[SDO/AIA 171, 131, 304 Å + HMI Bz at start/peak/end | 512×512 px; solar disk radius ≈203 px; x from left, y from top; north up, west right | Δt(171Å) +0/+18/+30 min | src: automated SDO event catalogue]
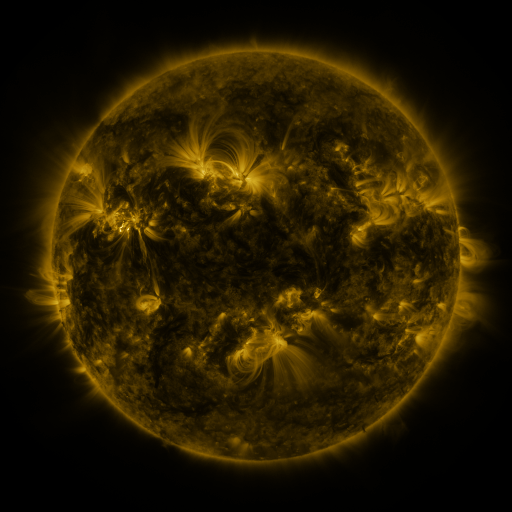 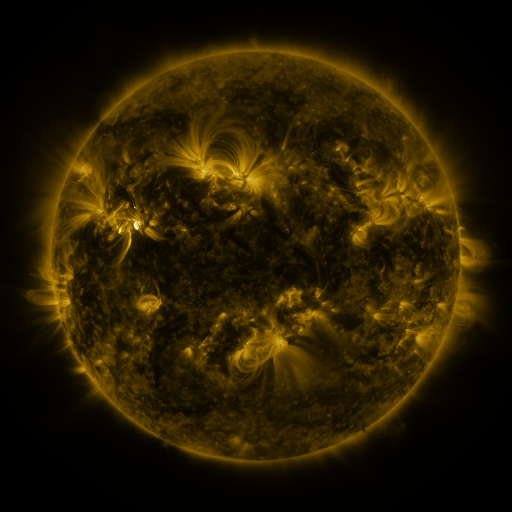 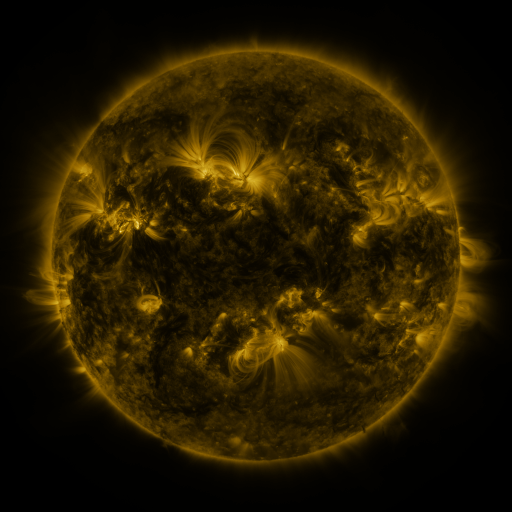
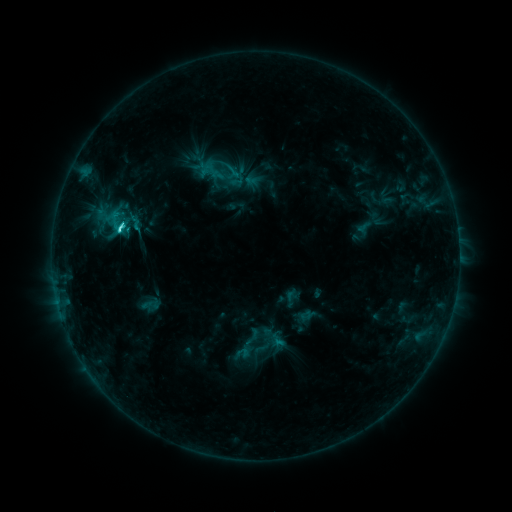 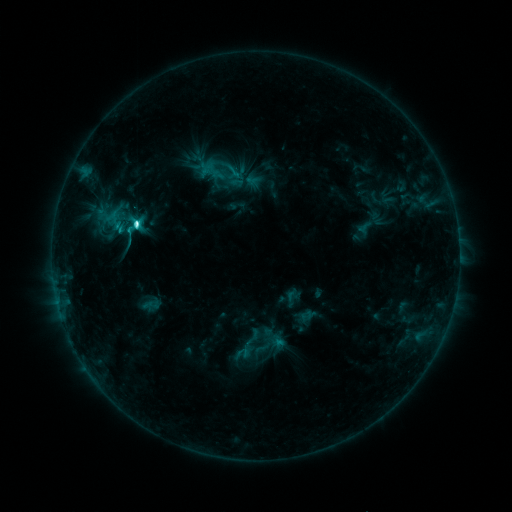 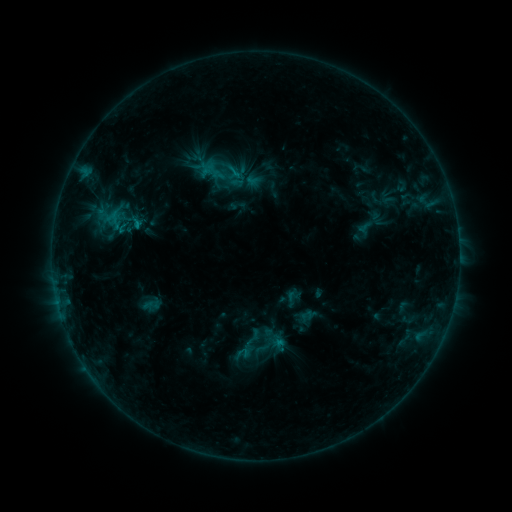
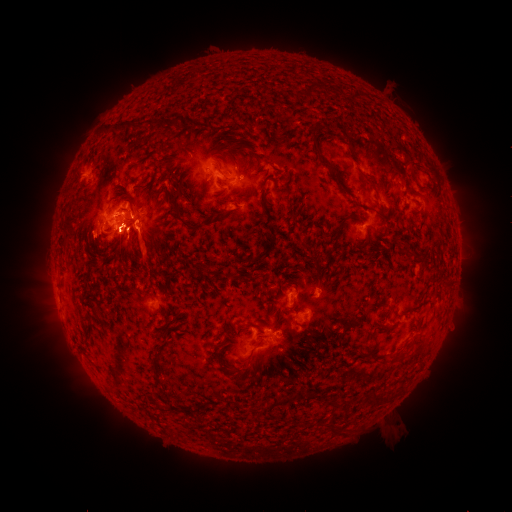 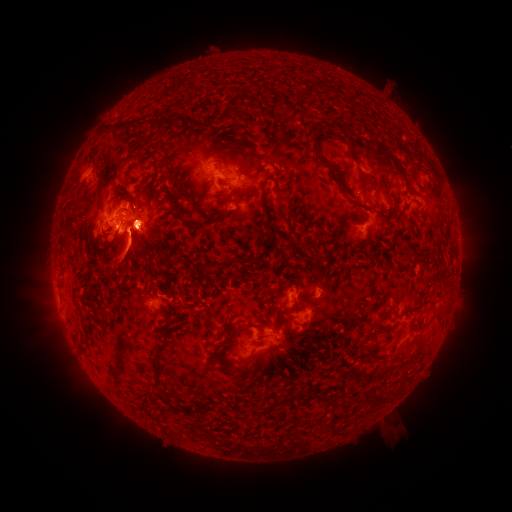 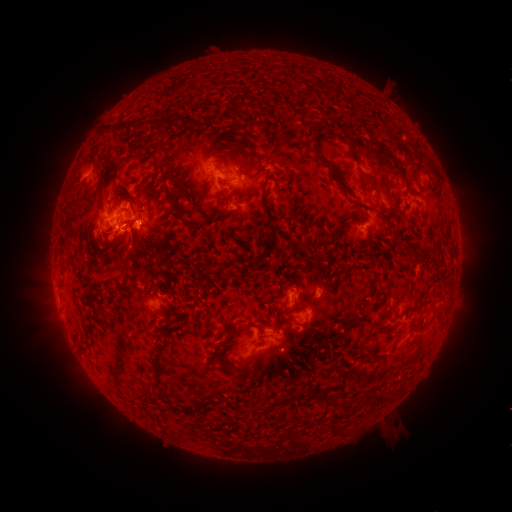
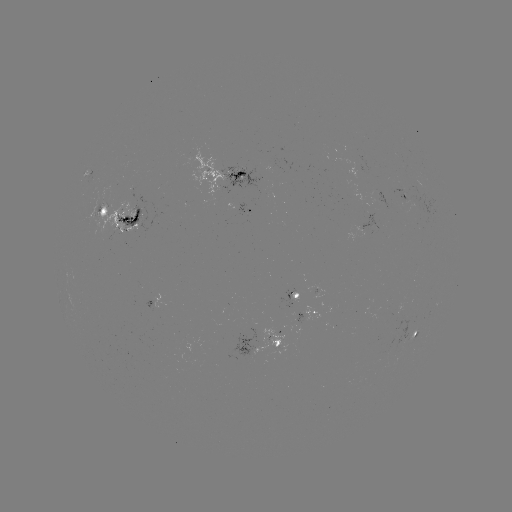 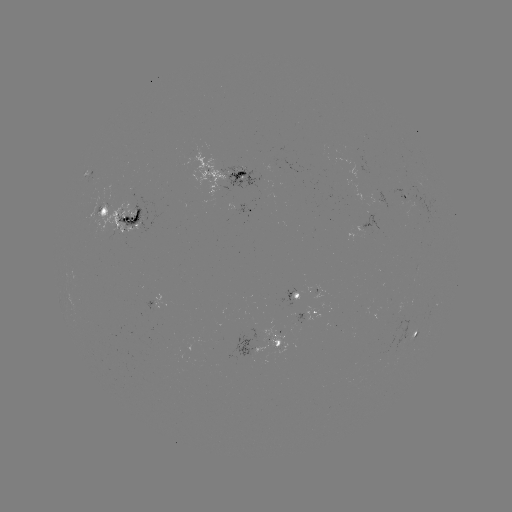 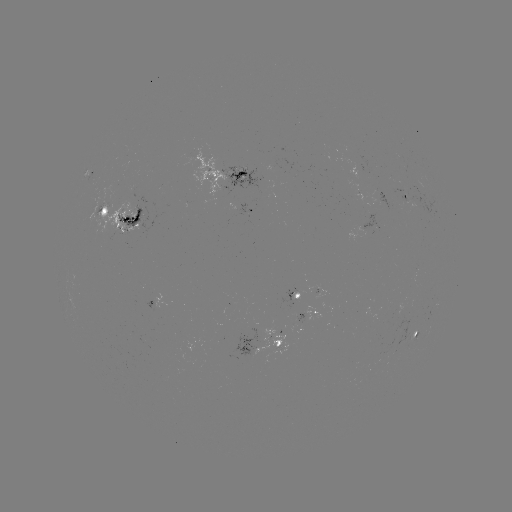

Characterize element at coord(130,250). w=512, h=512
eruption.